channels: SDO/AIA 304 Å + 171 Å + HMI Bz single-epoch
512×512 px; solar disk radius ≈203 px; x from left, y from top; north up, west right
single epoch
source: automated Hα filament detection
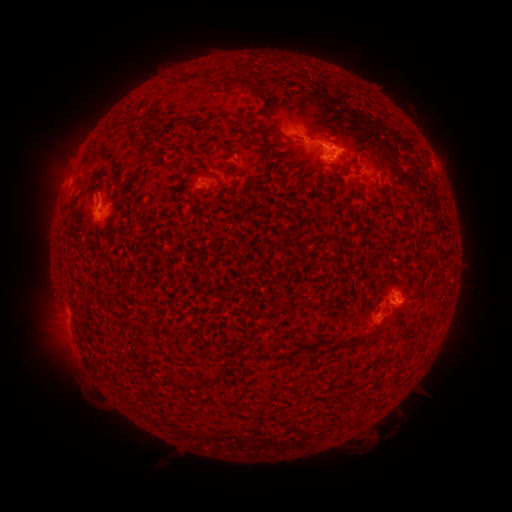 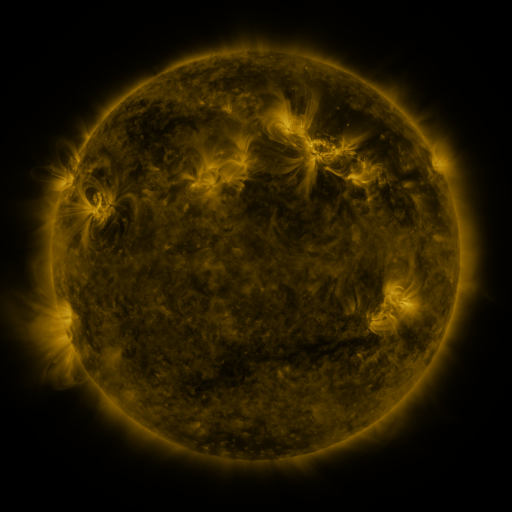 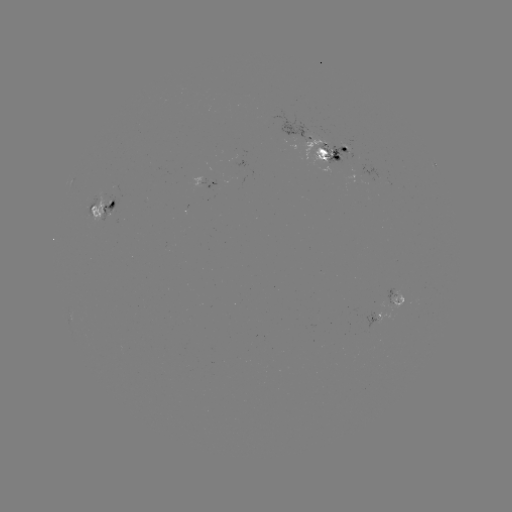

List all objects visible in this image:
filament: (254, 91)
filament: (266, 114)
filament: (324, 137)
filament: (350, 167)
filament: (82, 191)
filament: (328, 346)
filament: (349, 348)
filament: (170, 380)
